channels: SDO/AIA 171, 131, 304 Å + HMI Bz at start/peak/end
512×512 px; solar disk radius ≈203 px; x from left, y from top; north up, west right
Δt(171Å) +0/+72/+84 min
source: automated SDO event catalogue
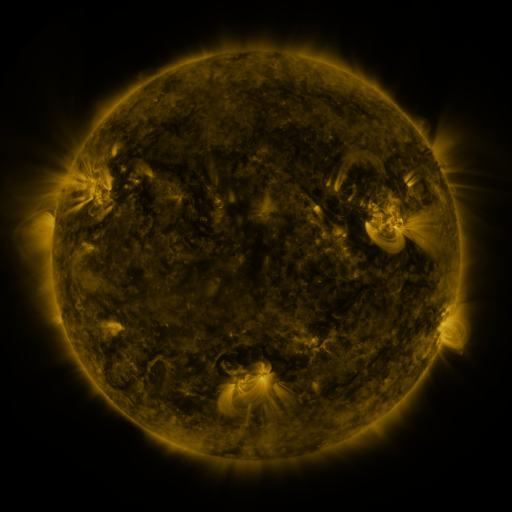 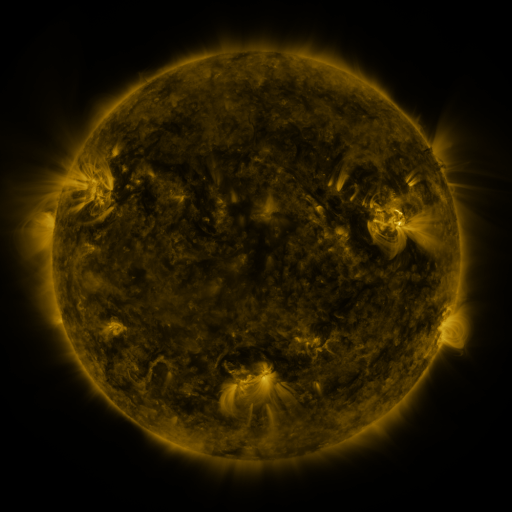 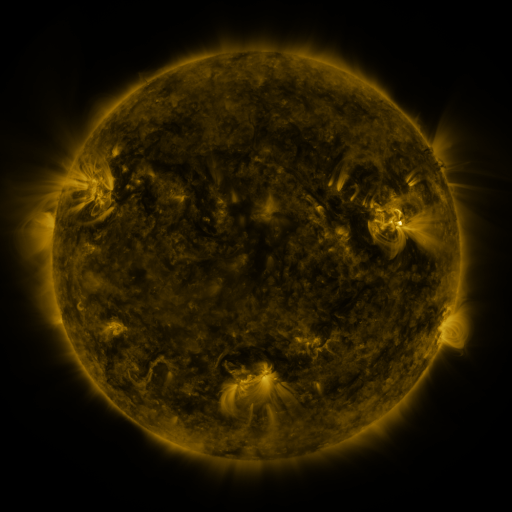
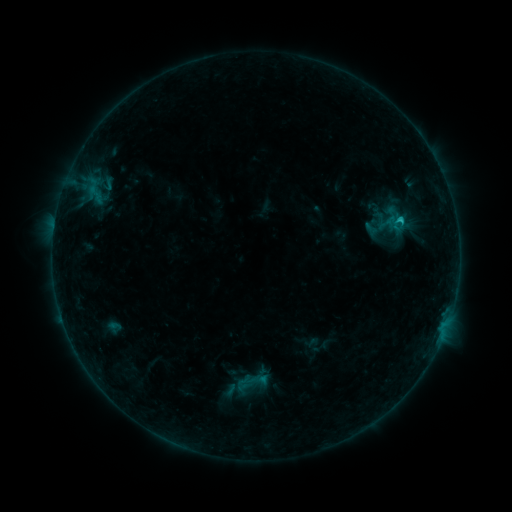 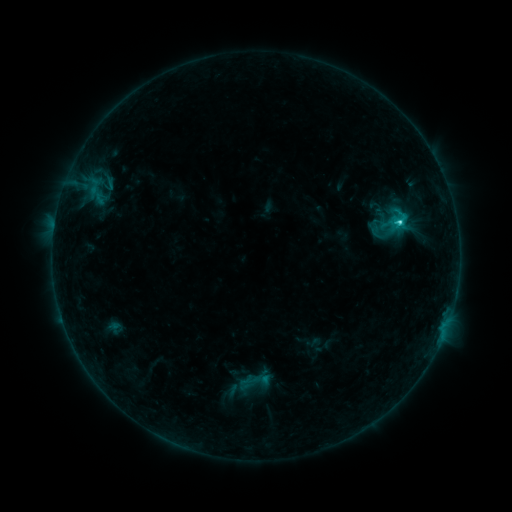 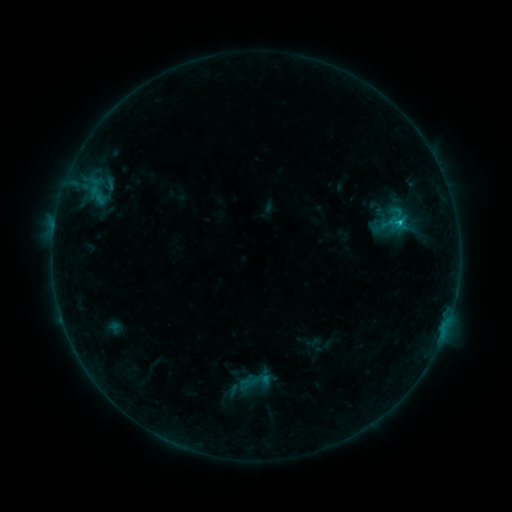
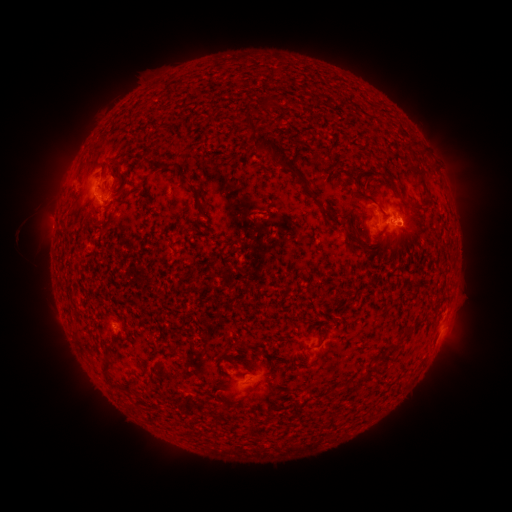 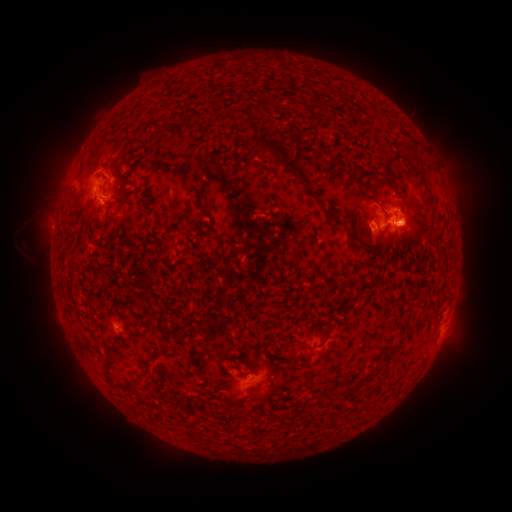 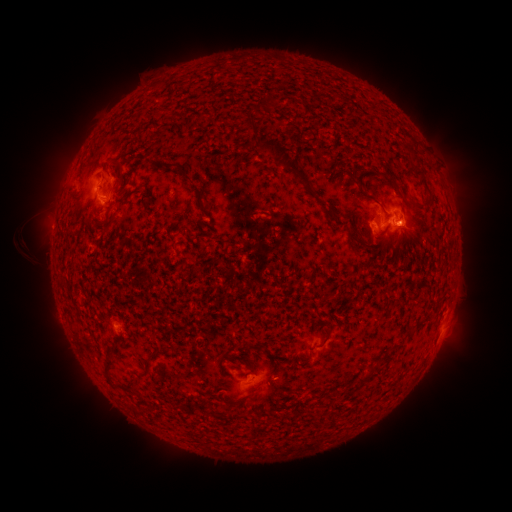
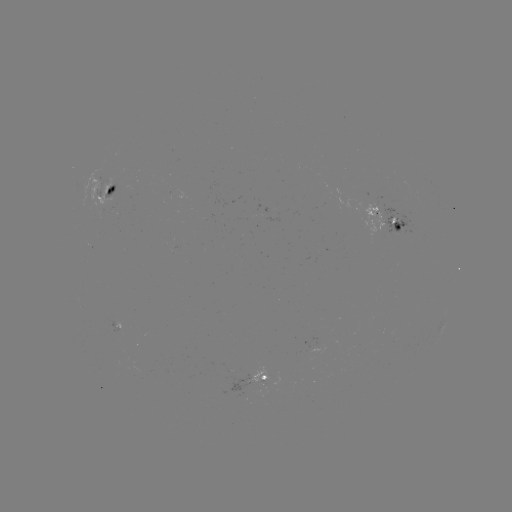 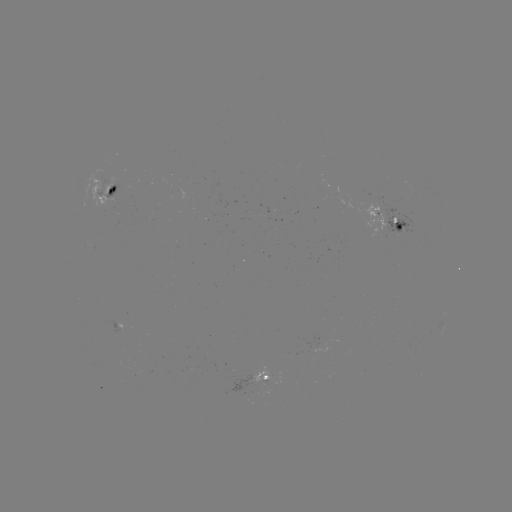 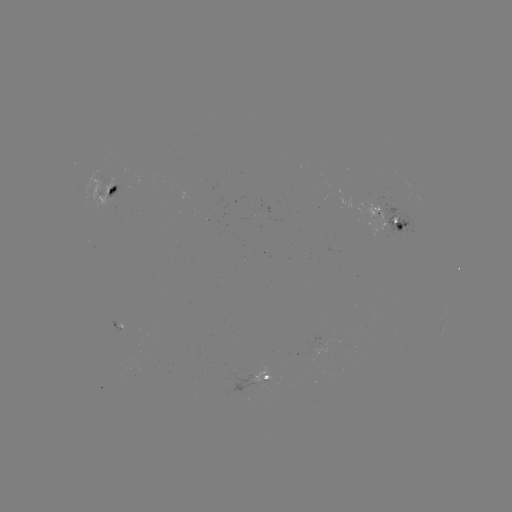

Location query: emerging-flux region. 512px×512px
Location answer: [100, 193].